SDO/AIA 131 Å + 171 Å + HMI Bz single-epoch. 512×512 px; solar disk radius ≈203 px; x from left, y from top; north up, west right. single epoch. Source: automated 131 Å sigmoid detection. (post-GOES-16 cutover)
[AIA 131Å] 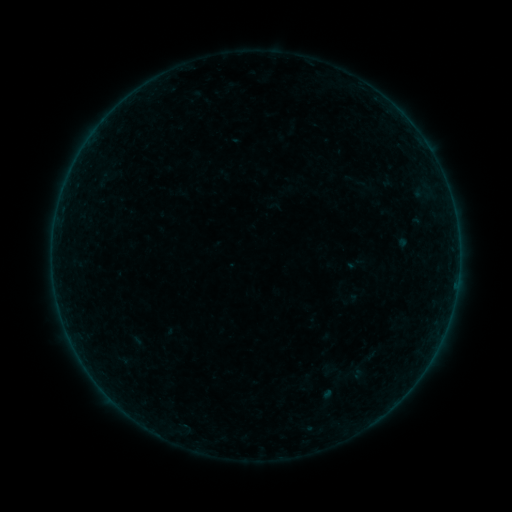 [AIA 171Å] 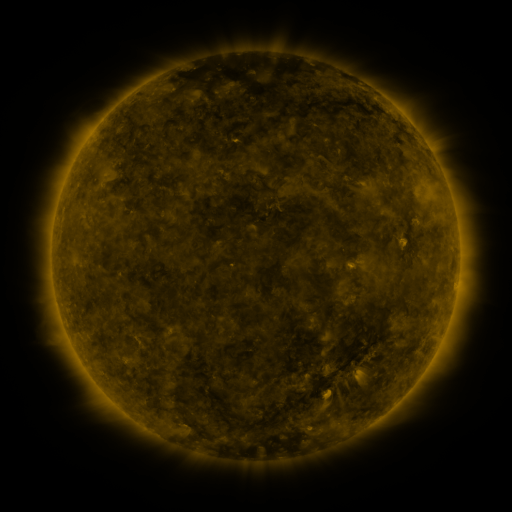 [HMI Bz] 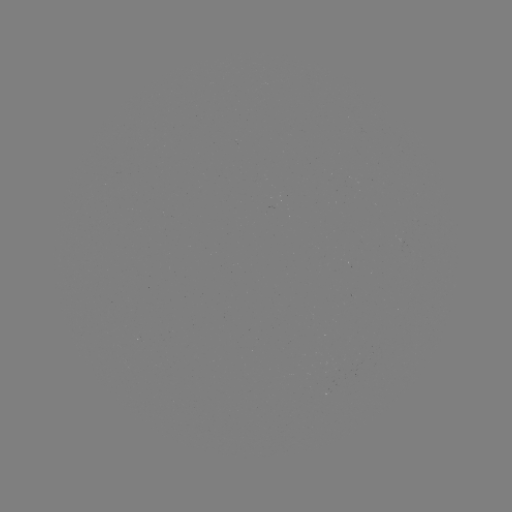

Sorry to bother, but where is sigmoid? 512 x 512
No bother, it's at (355, 181).